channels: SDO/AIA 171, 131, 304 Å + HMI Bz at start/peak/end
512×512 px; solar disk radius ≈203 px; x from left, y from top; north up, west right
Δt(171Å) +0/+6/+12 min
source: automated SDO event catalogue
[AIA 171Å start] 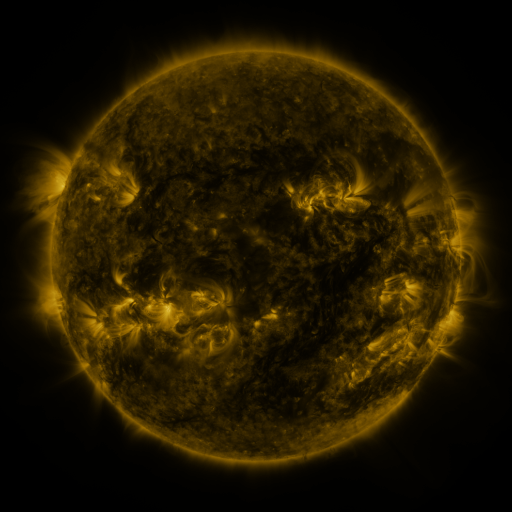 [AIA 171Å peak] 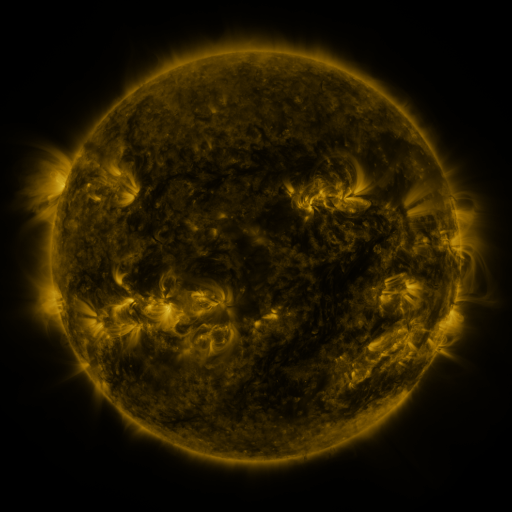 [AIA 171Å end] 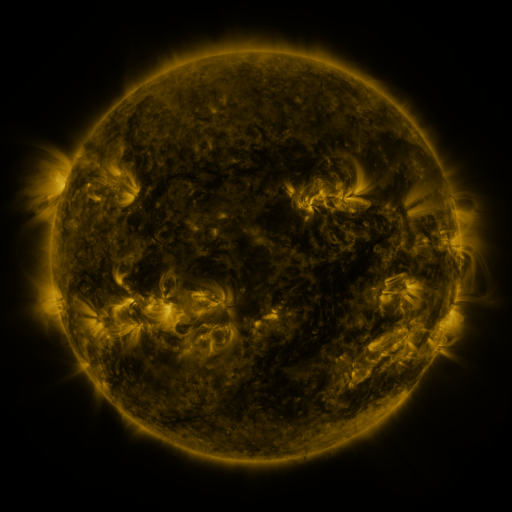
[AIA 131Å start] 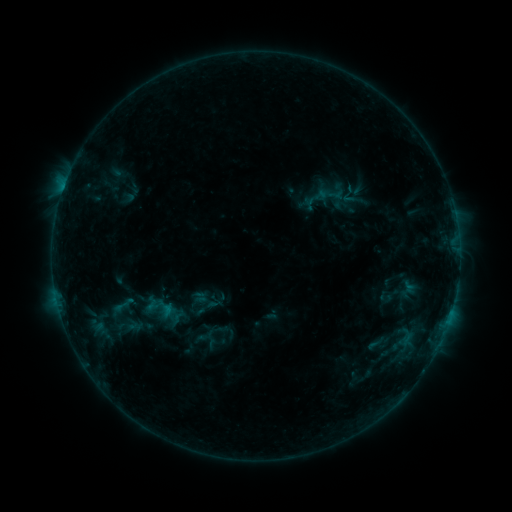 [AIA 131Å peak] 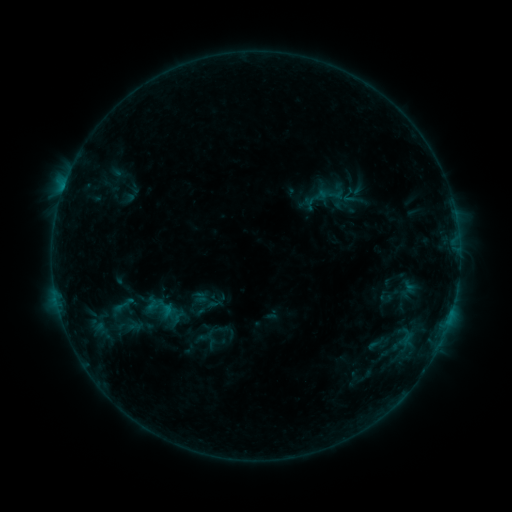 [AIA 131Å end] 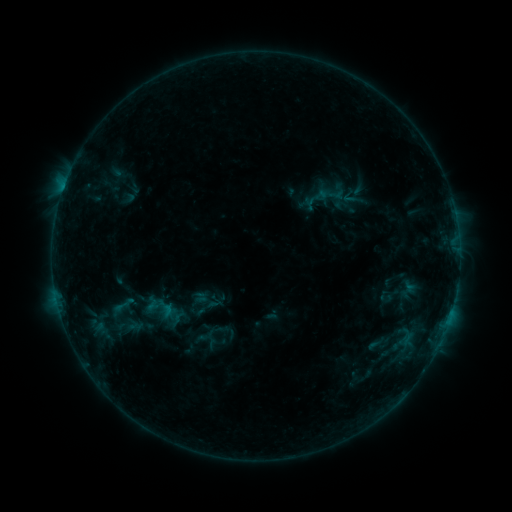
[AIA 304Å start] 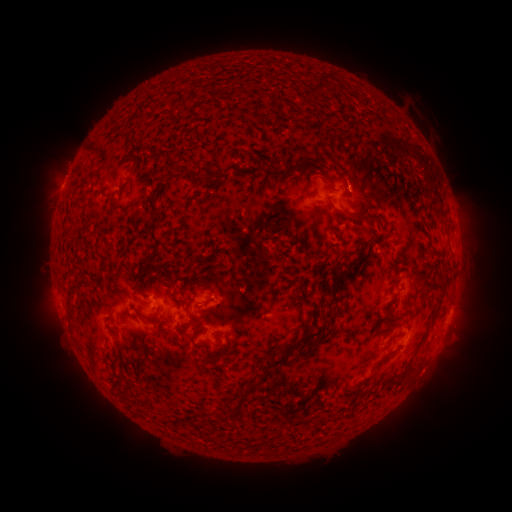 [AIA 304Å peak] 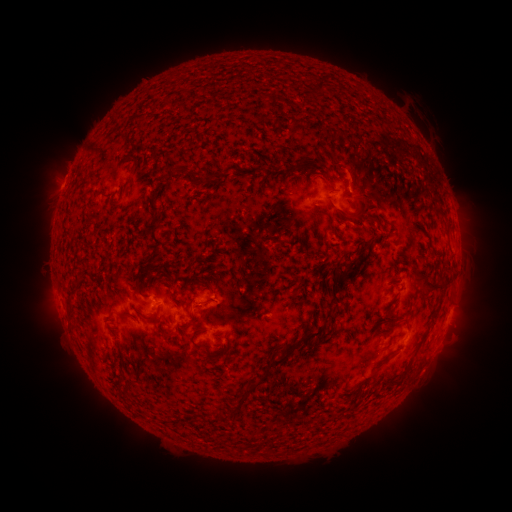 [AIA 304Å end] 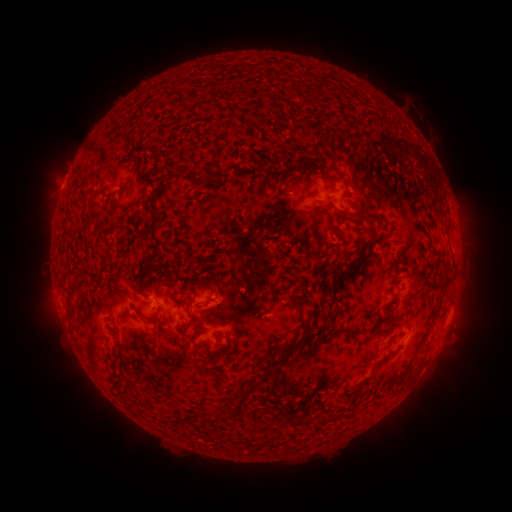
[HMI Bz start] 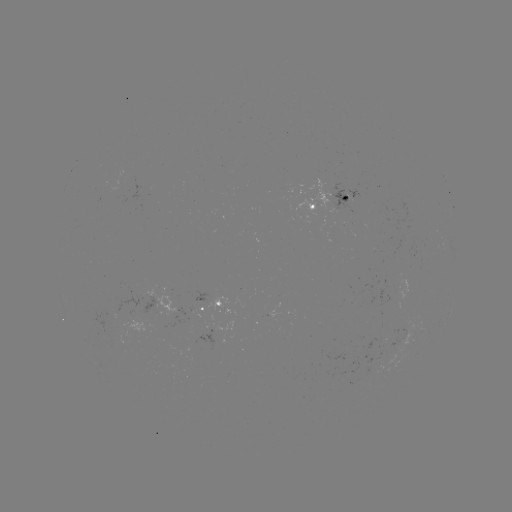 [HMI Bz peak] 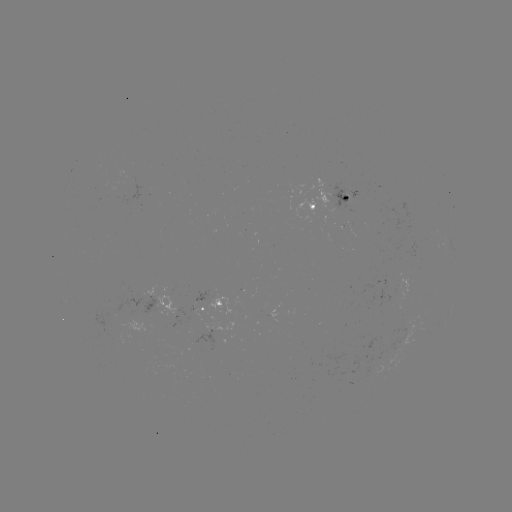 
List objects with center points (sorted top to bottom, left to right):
eruption: (354, 168)
